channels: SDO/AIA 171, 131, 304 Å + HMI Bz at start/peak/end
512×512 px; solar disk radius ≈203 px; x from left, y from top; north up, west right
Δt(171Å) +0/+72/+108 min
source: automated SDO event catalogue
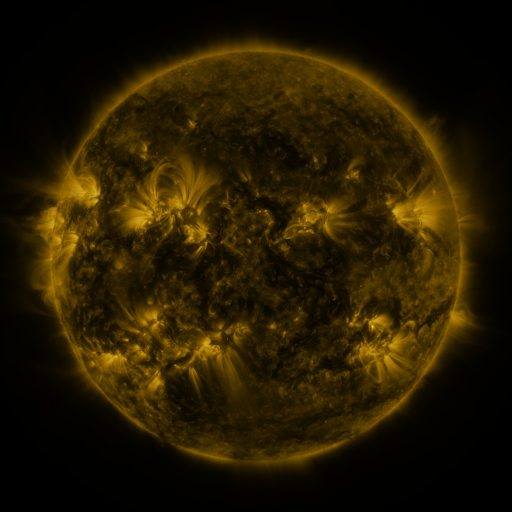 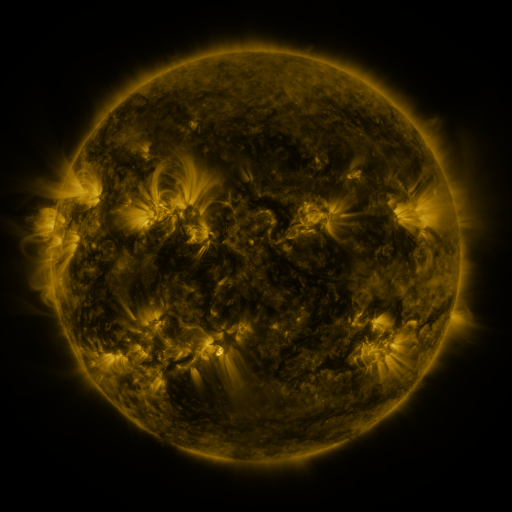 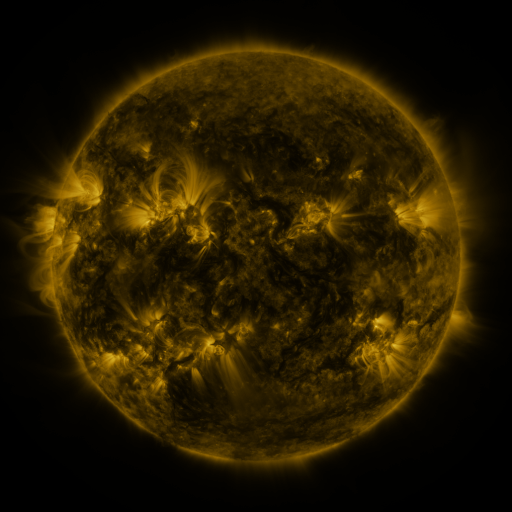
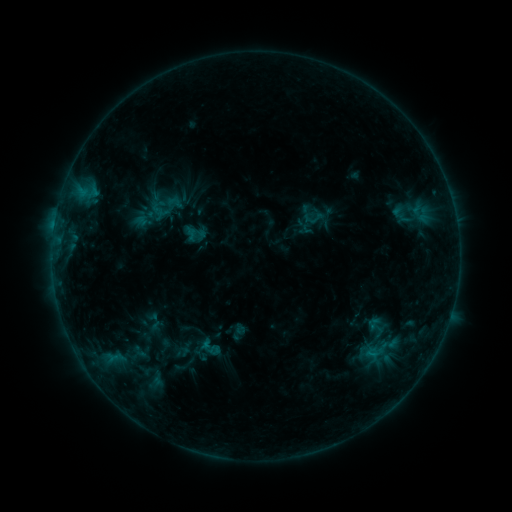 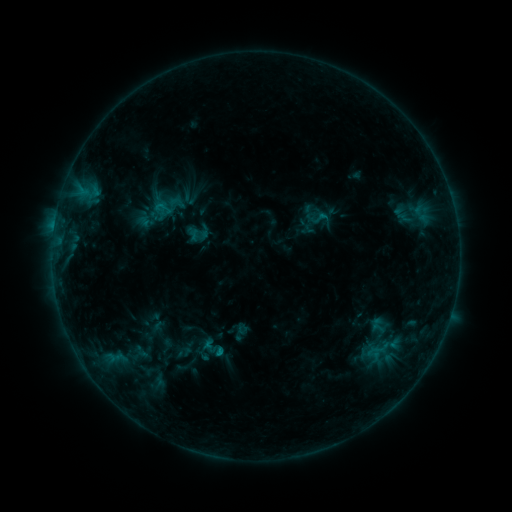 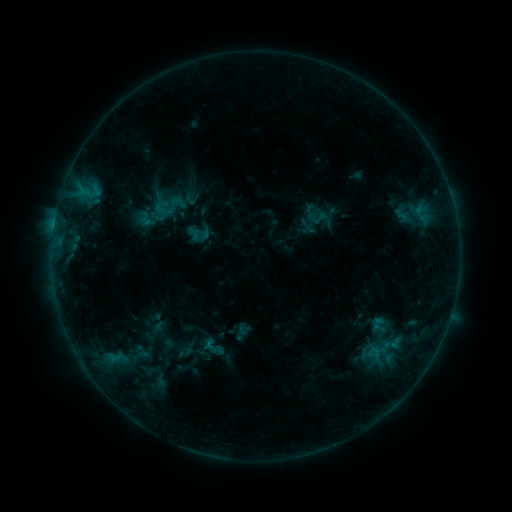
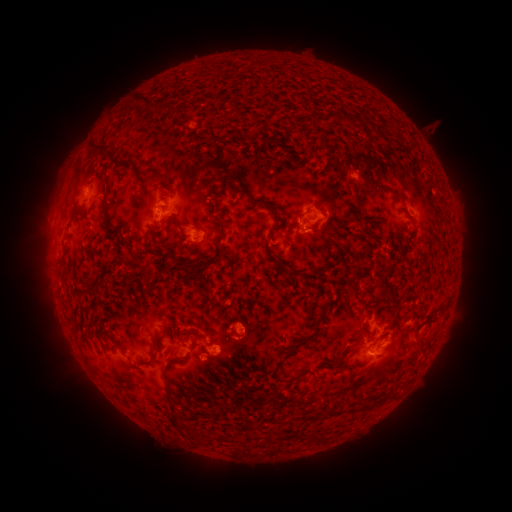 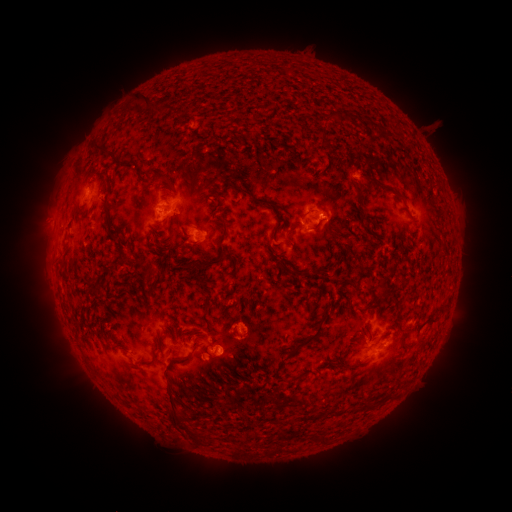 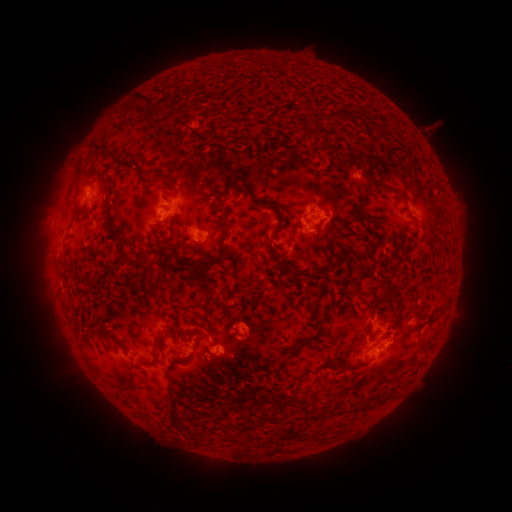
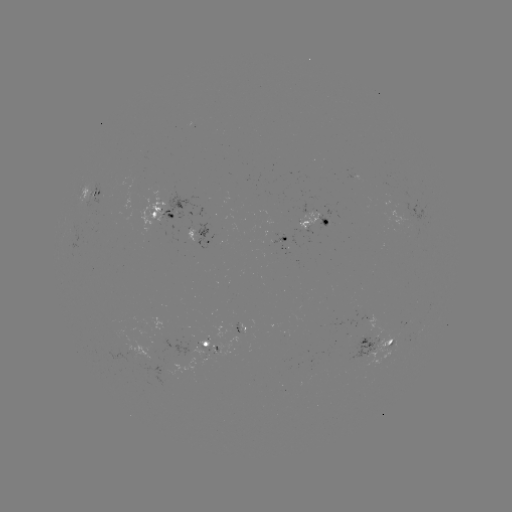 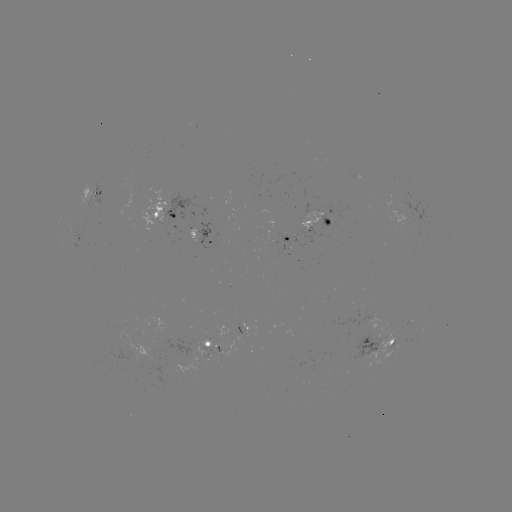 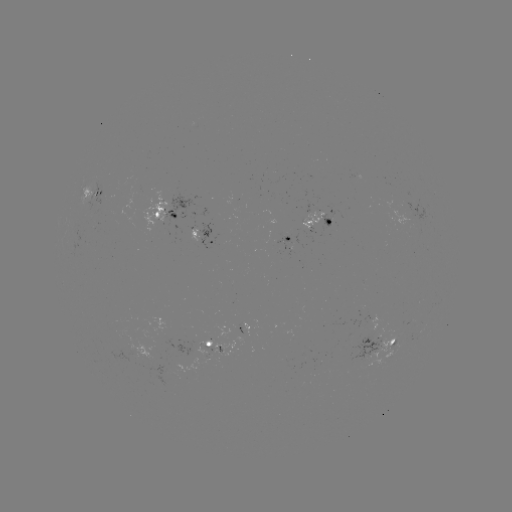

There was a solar emerging-flux region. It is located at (314, 215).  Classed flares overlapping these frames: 1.